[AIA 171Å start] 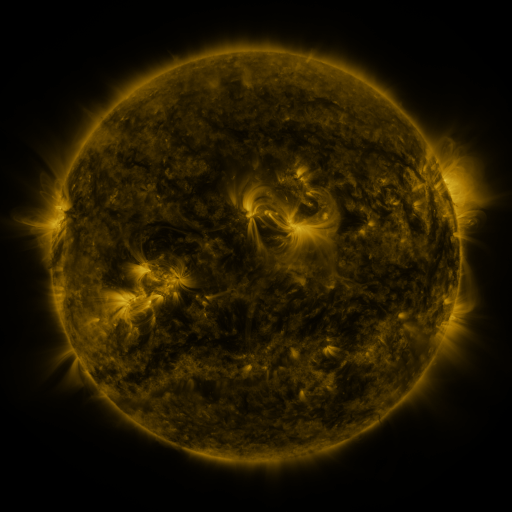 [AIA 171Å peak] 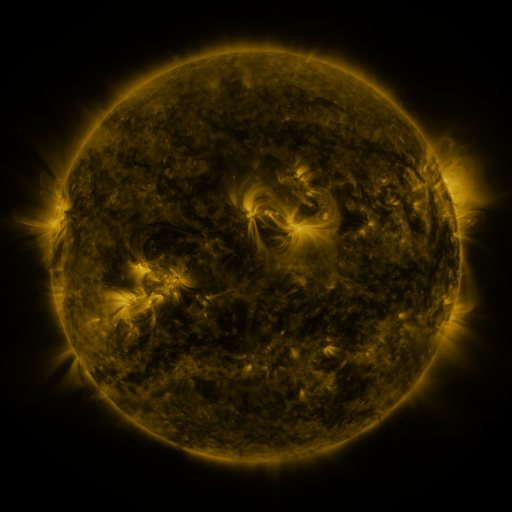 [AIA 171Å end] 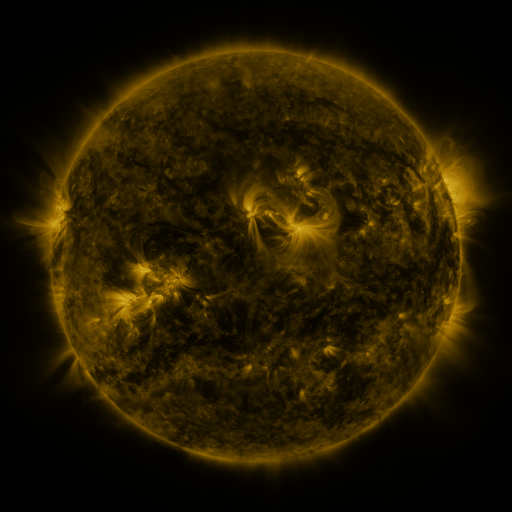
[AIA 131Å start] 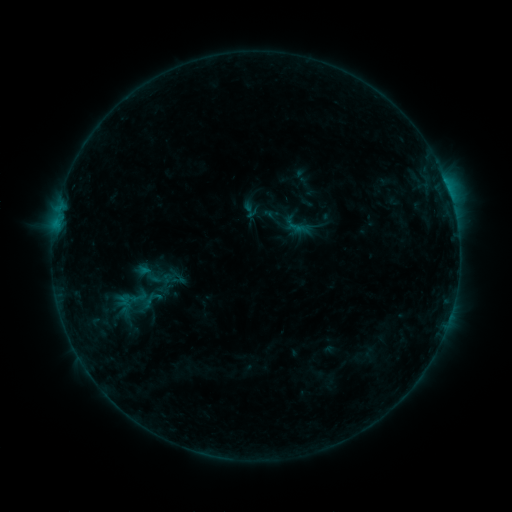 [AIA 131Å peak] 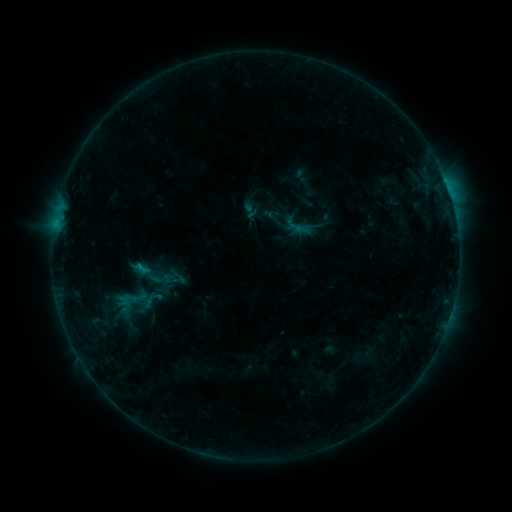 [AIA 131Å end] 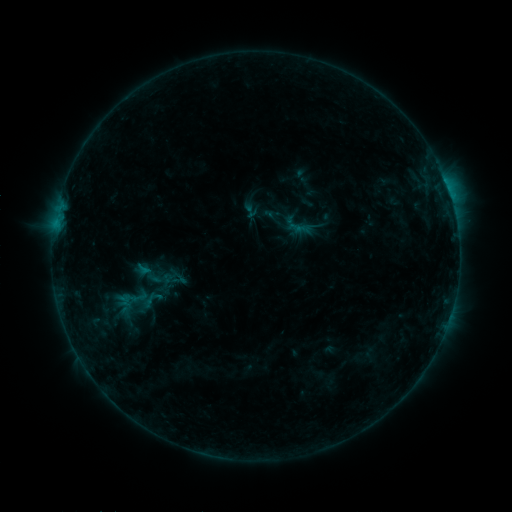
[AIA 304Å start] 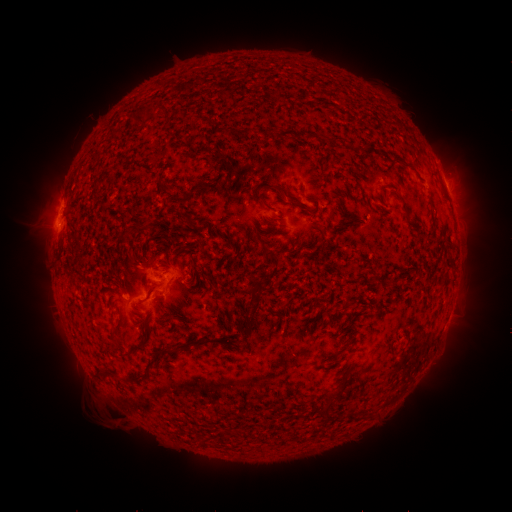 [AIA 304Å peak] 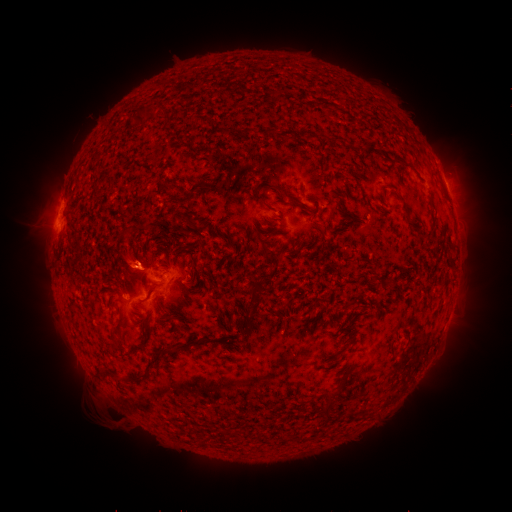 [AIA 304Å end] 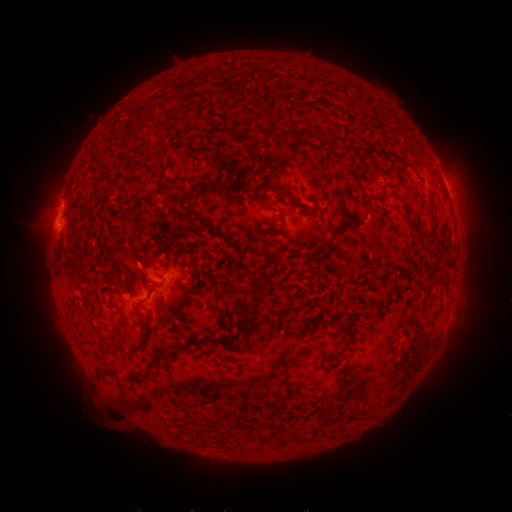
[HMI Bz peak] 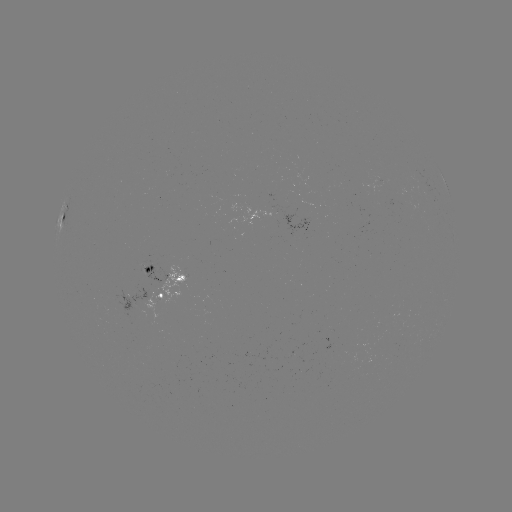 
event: eruption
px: (128, 265)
